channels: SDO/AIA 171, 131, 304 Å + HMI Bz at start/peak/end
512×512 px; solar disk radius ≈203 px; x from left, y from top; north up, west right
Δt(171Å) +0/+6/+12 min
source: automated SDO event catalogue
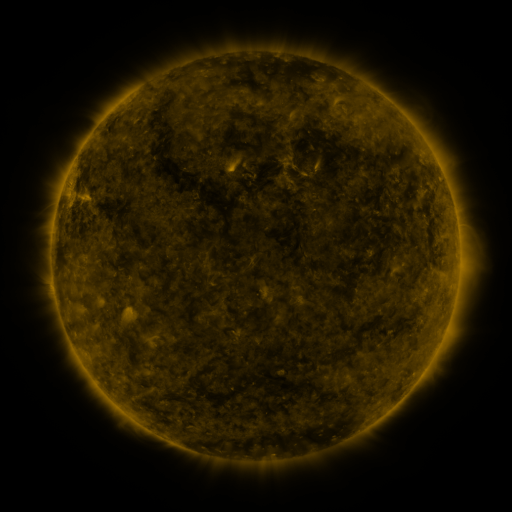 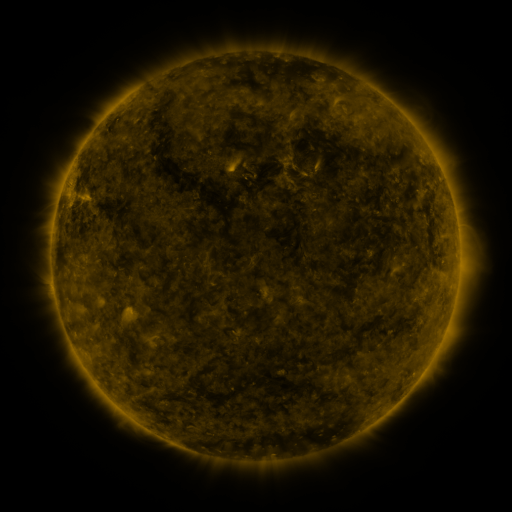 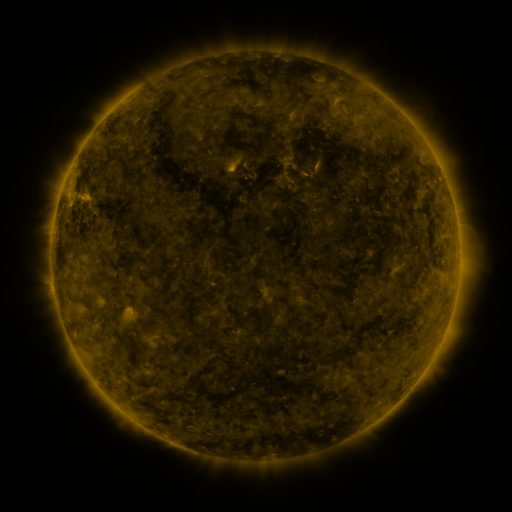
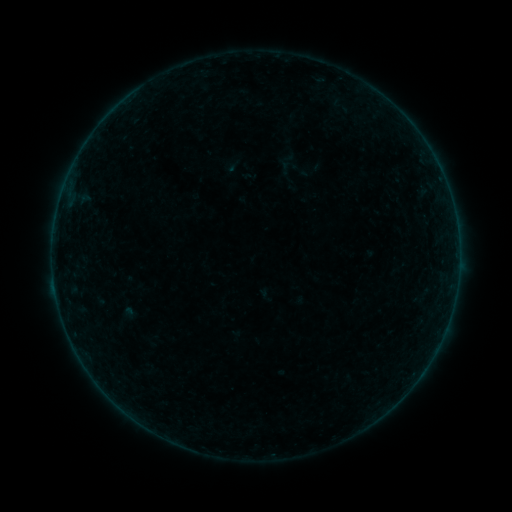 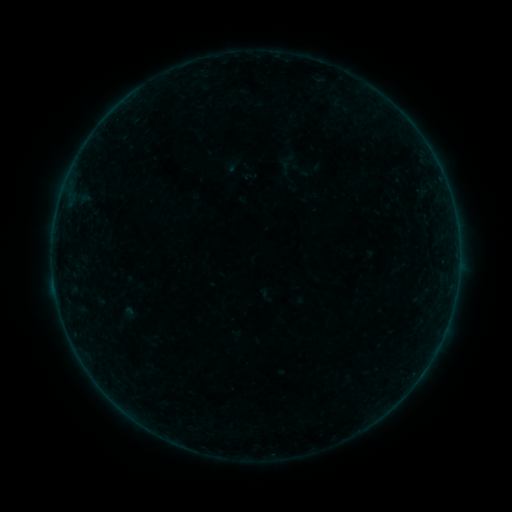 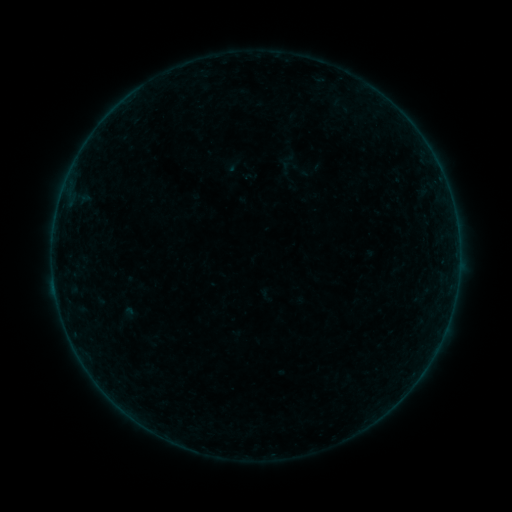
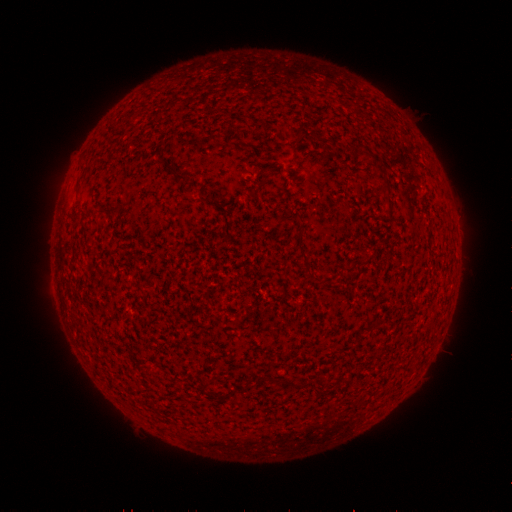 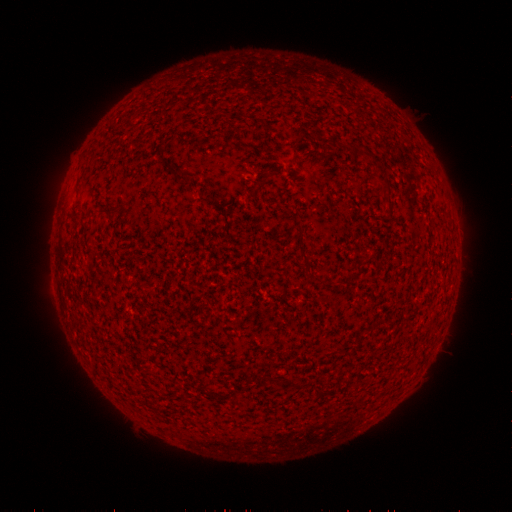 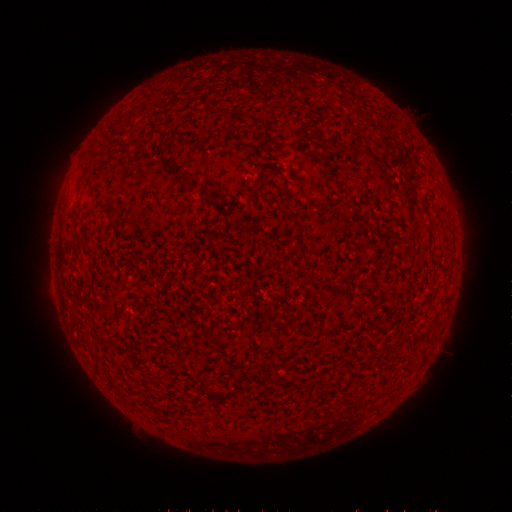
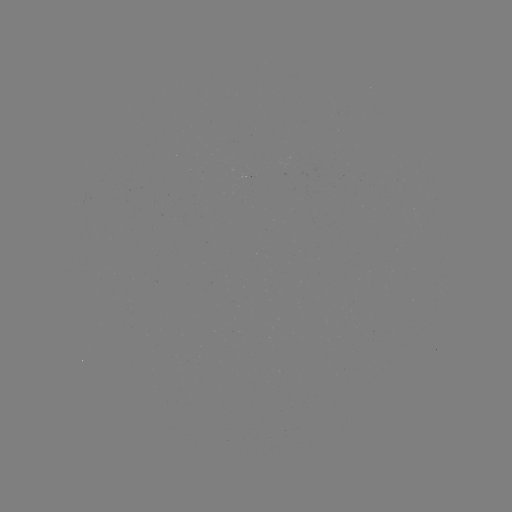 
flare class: B2.3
